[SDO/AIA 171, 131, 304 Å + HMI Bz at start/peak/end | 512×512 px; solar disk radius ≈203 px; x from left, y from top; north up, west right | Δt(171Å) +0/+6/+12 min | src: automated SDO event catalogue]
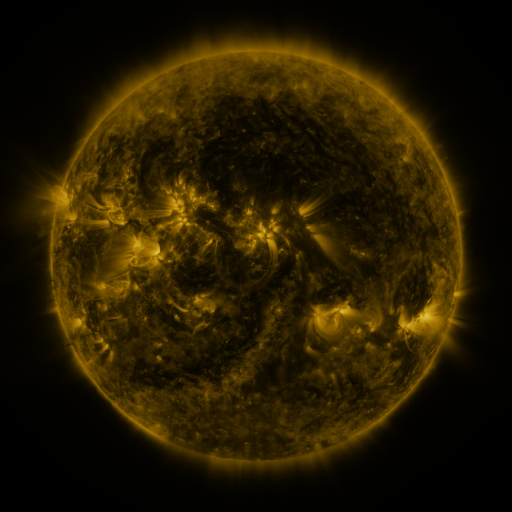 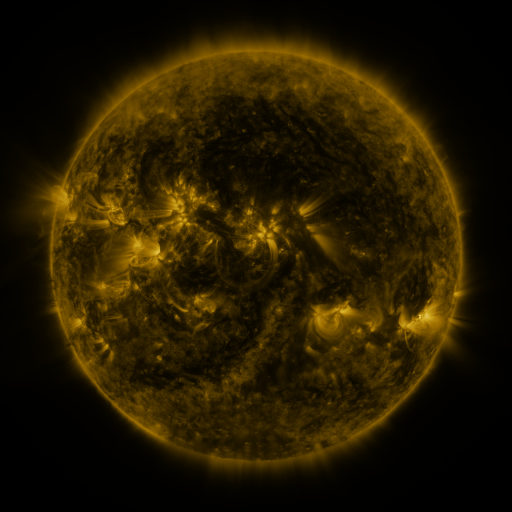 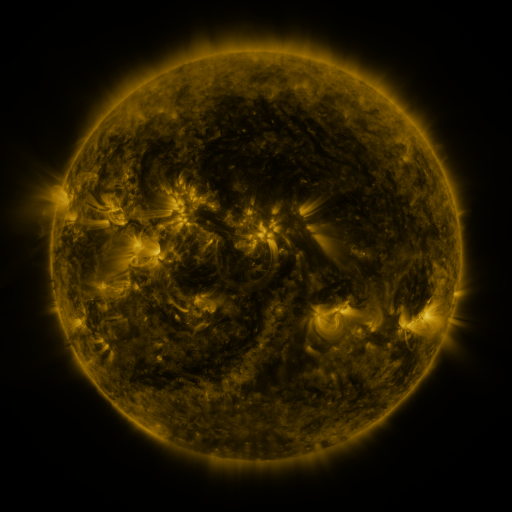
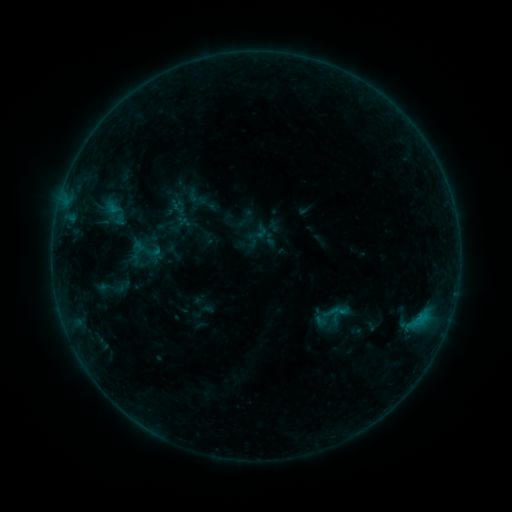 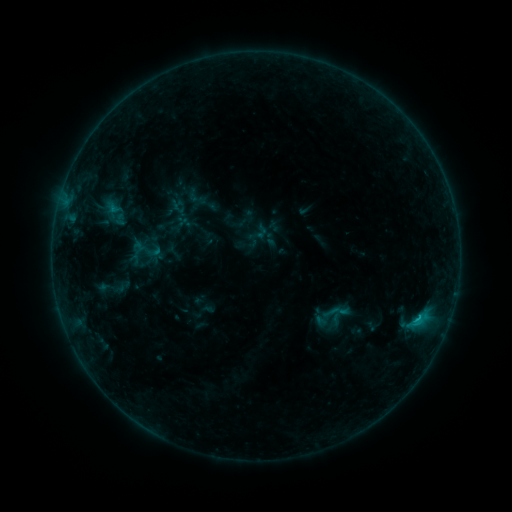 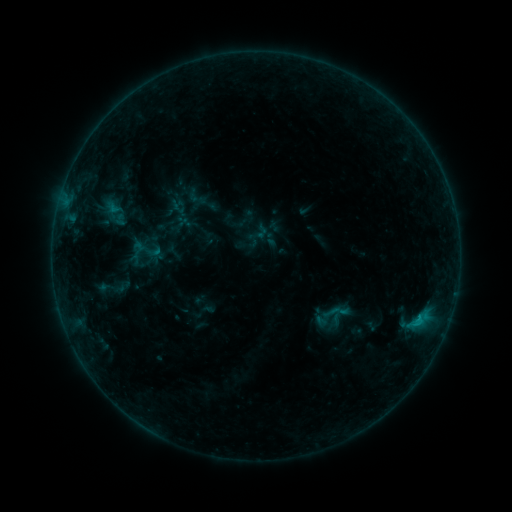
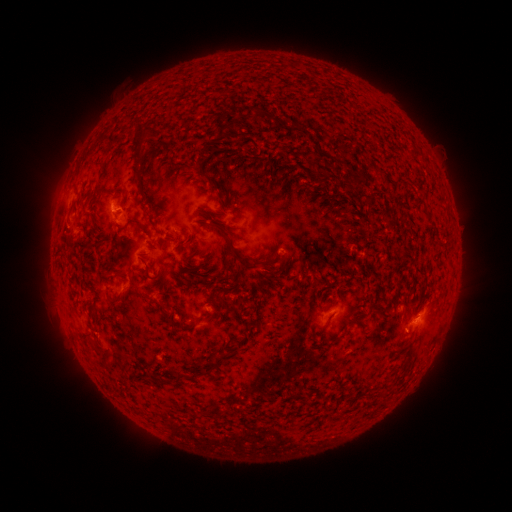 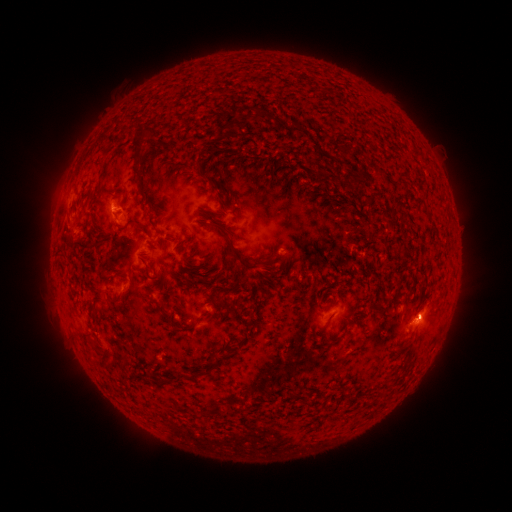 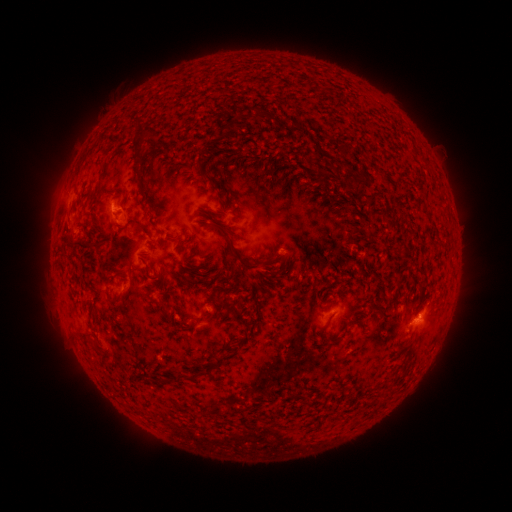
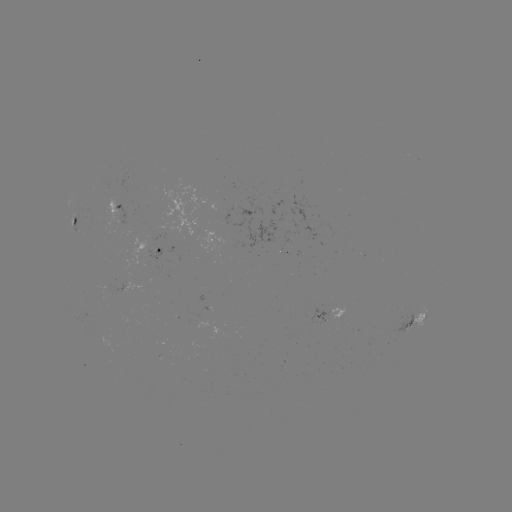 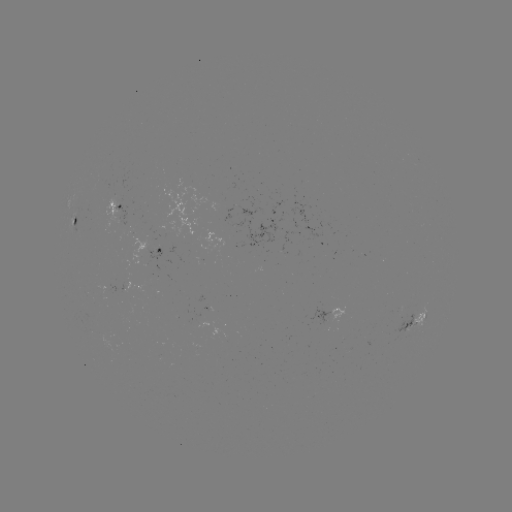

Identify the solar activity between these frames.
B5.9 flare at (417, 316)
